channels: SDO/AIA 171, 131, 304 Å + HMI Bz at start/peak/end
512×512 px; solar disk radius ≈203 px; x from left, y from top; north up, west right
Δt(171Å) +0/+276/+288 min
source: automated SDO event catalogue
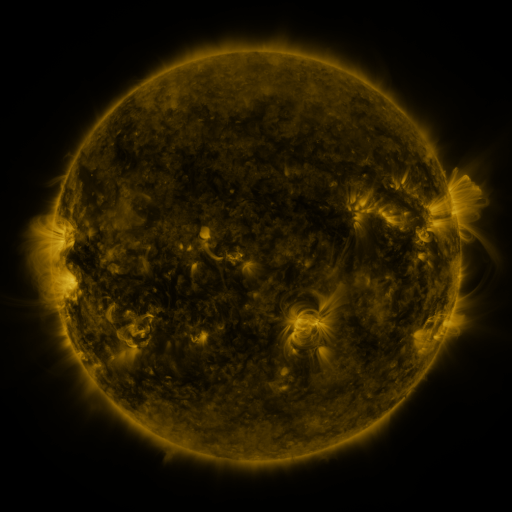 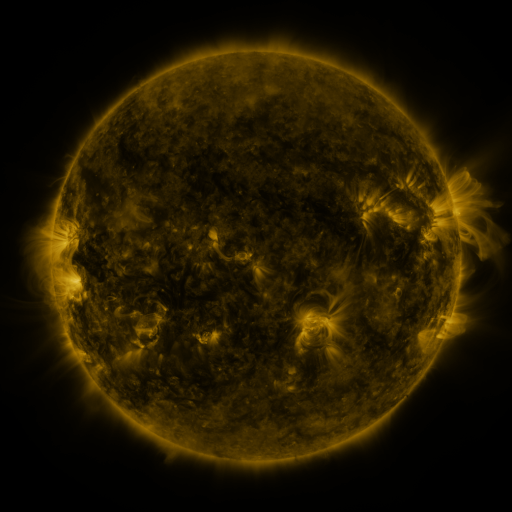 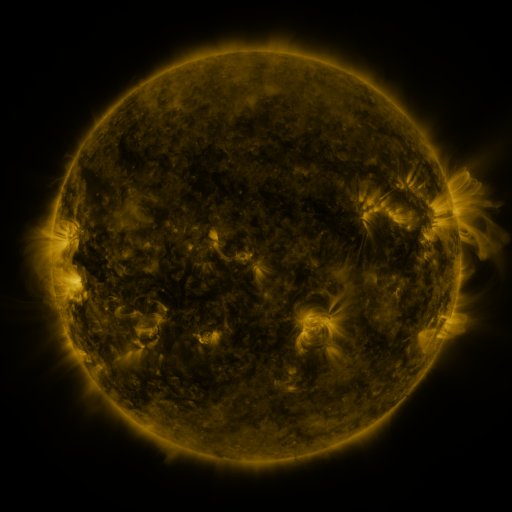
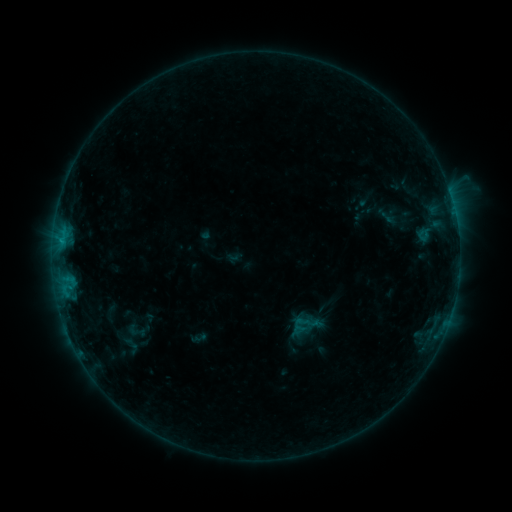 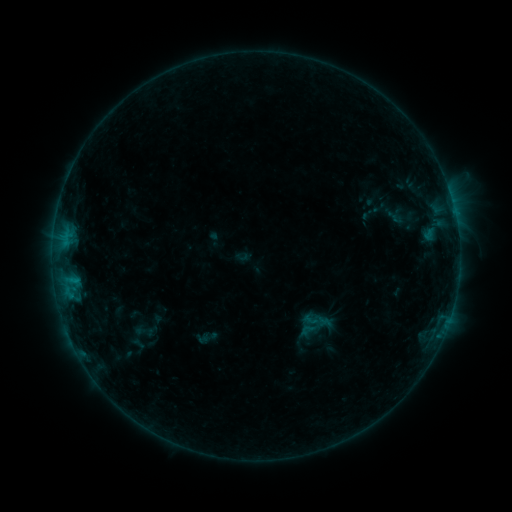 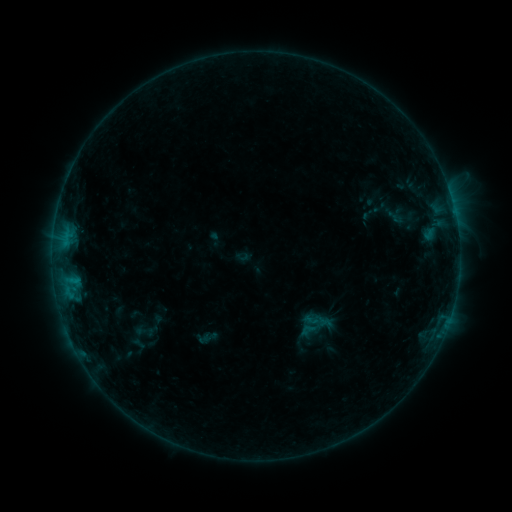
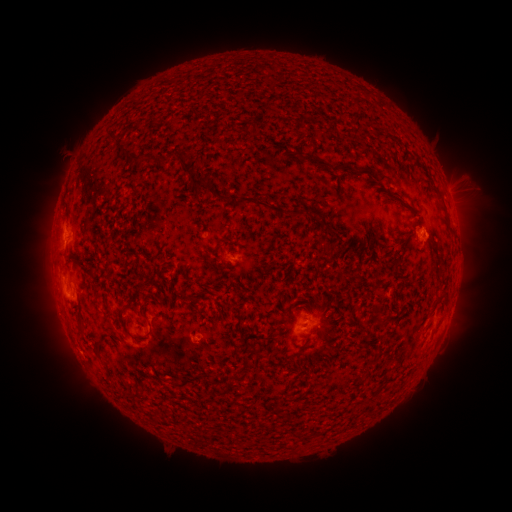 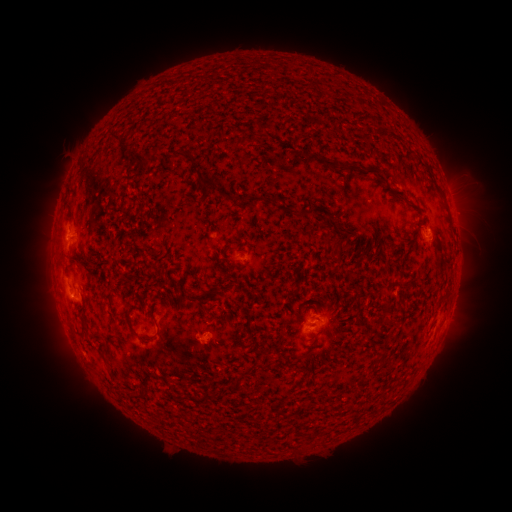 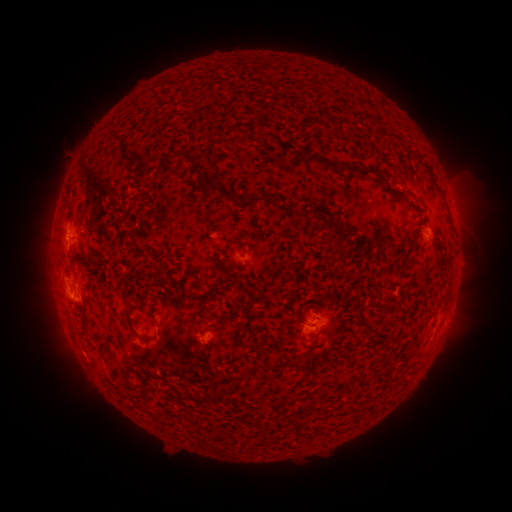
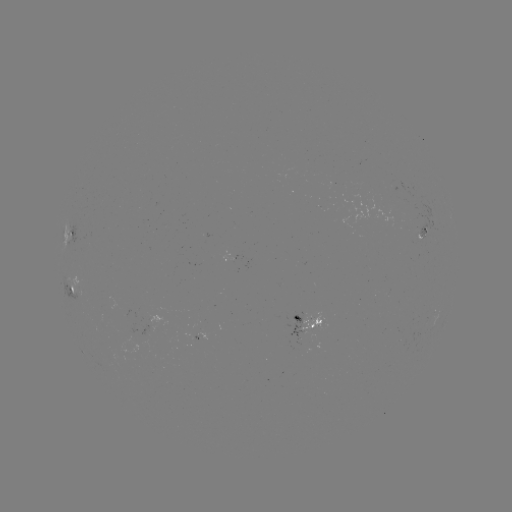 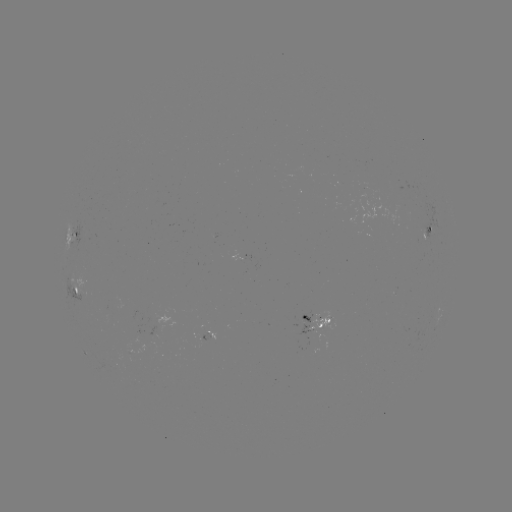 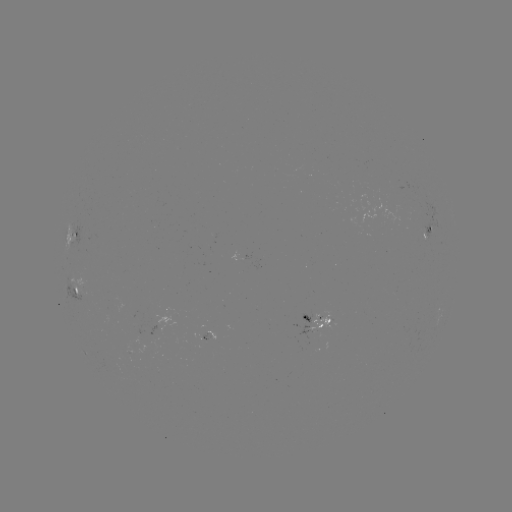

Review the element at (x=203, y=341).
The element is emerging-flux region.